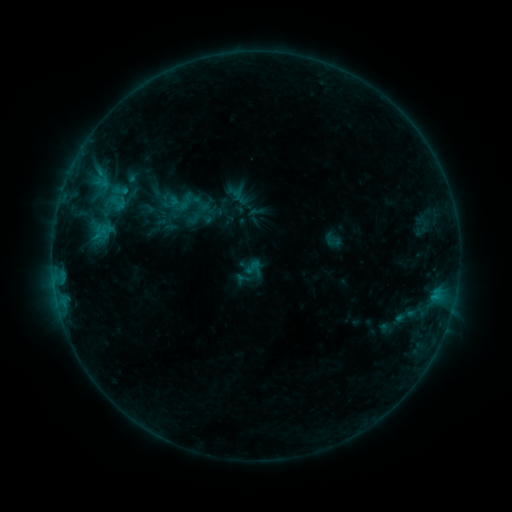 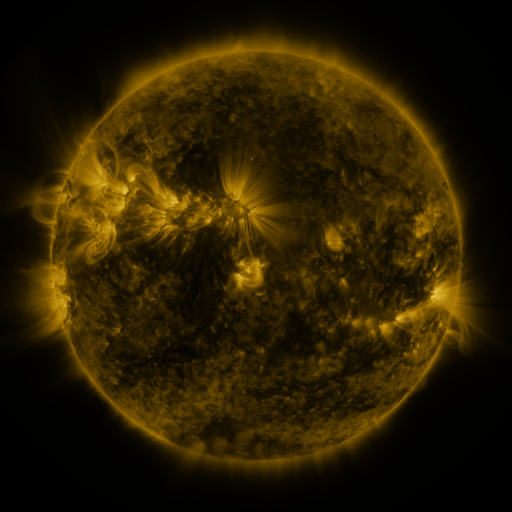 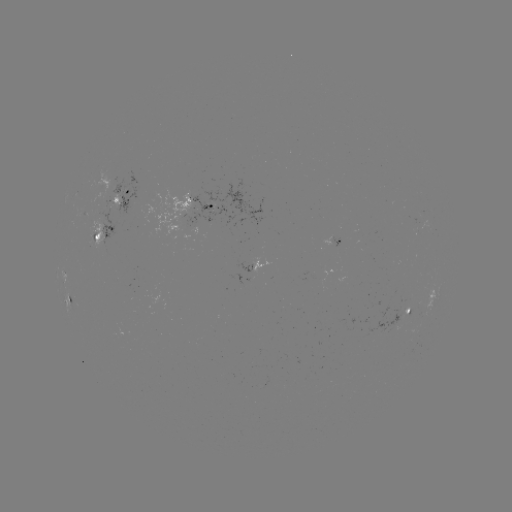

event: sigmoid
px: (117, 202)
